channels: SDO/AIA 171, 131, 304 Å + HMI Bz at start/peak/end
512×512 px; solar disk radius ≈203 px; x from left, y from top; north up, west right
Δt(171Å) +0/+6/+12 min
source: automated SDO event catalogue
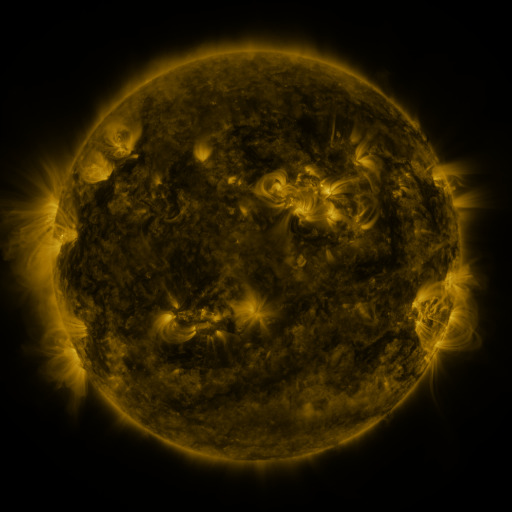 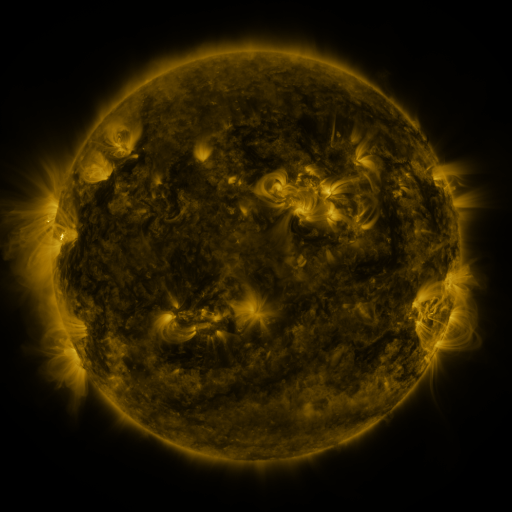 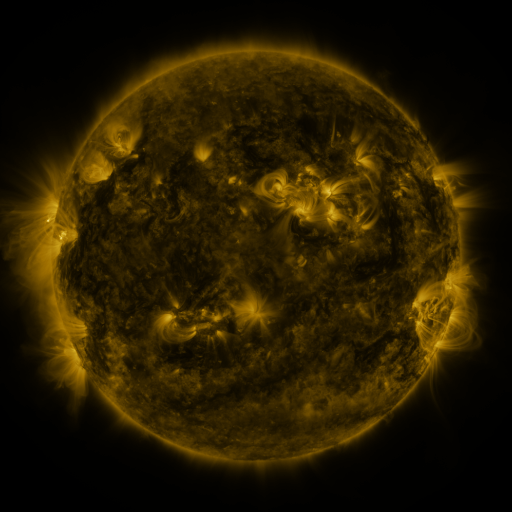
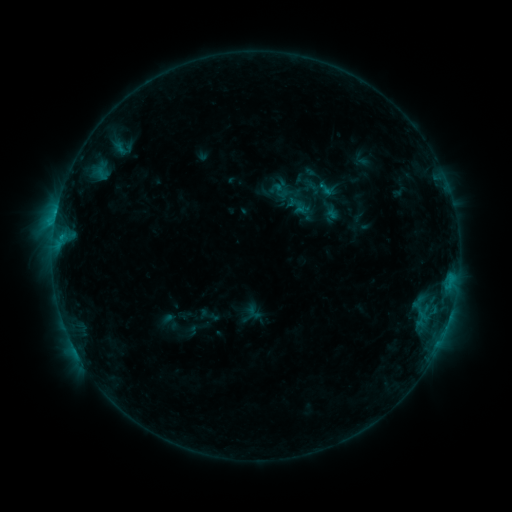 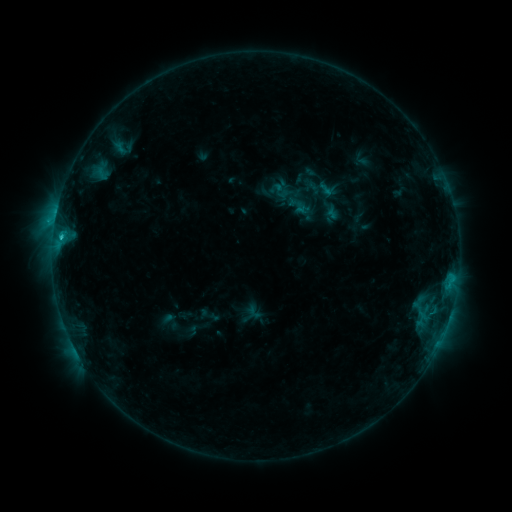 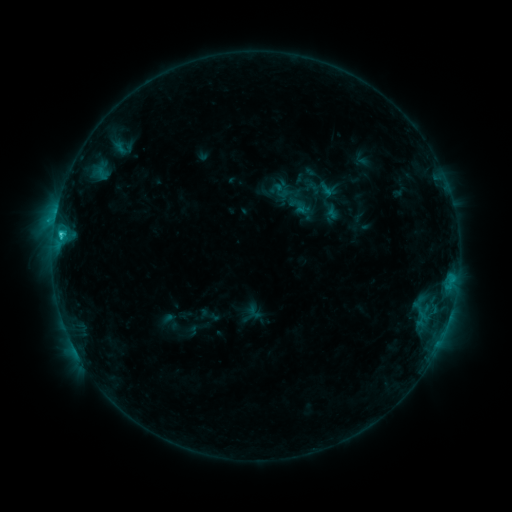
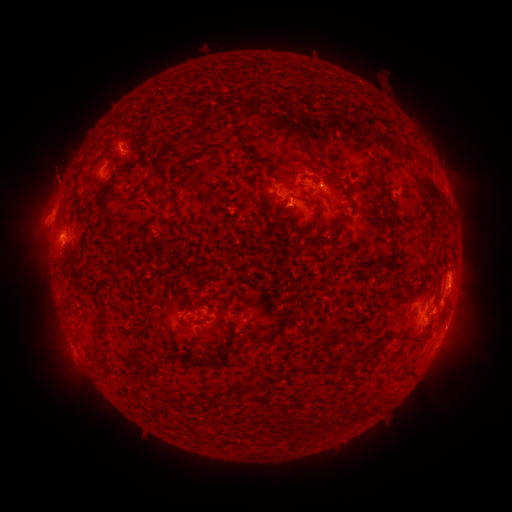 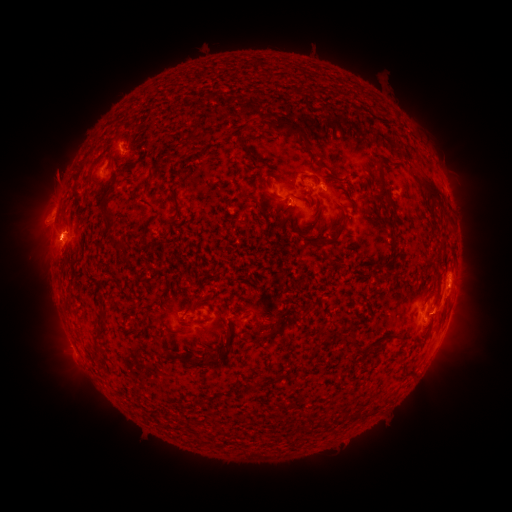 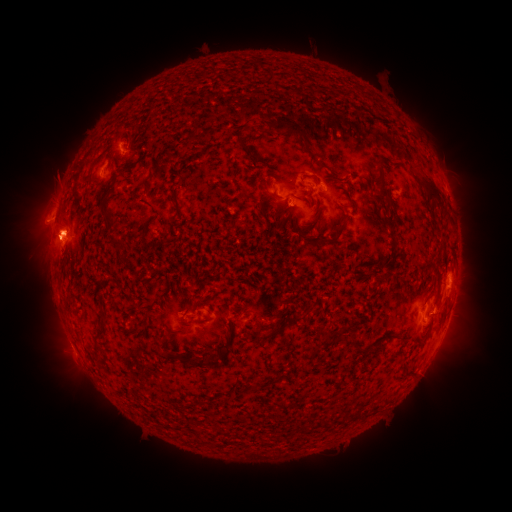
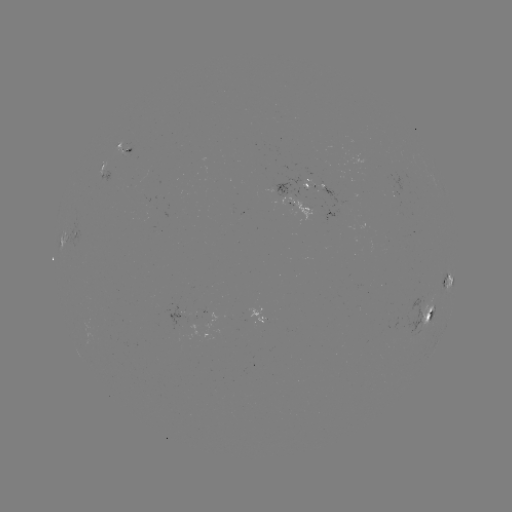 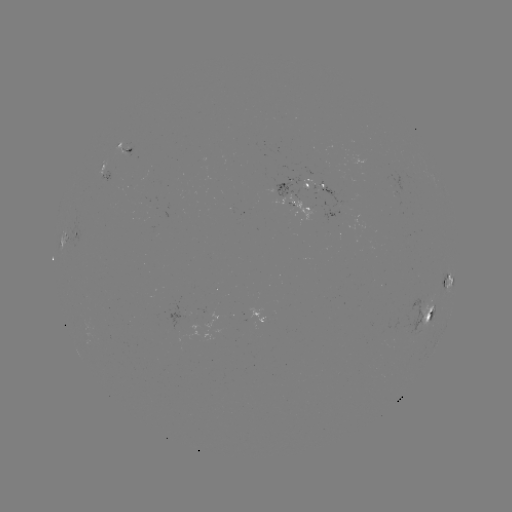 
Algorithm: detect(C3.1 flare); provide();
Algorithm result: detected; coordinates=[61, 238]